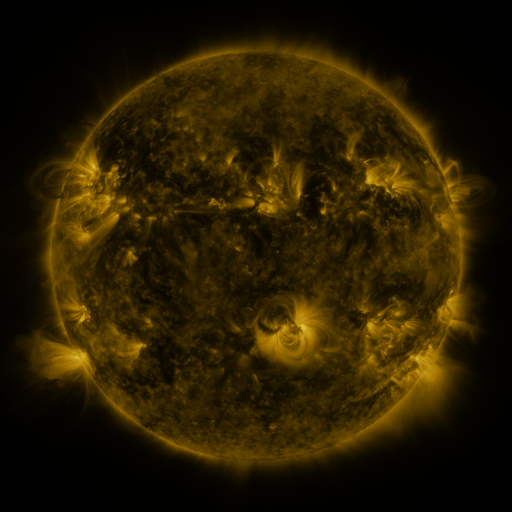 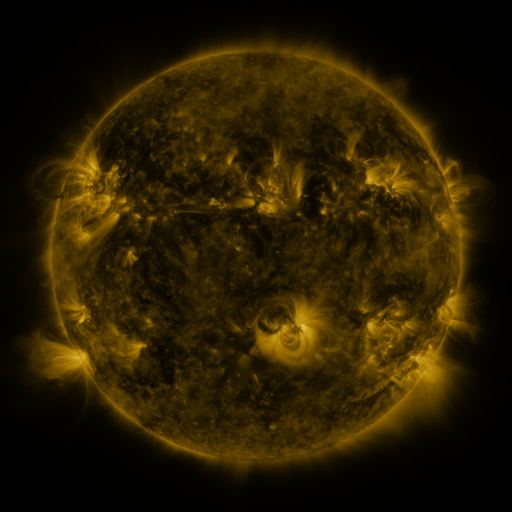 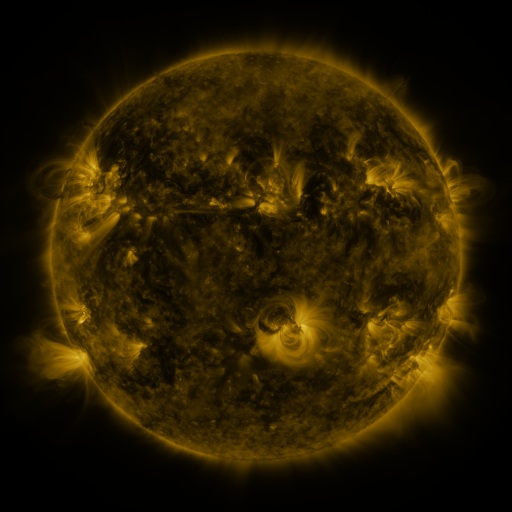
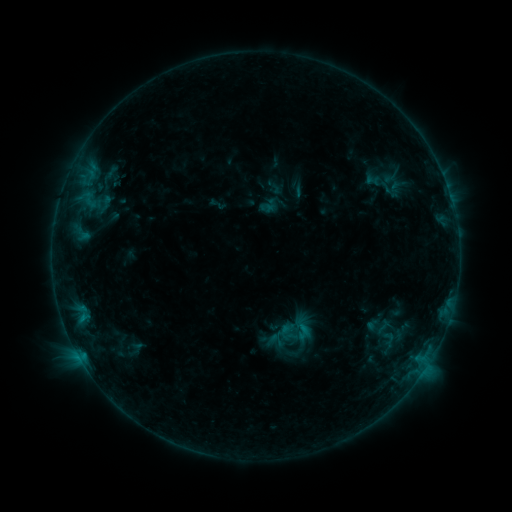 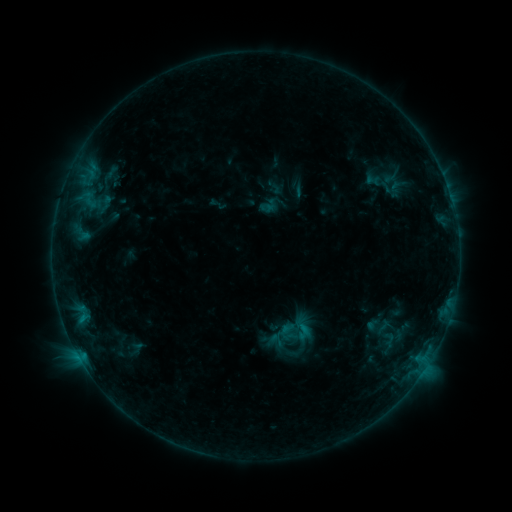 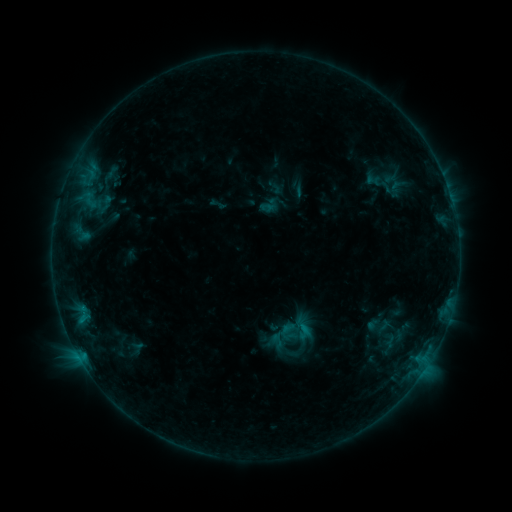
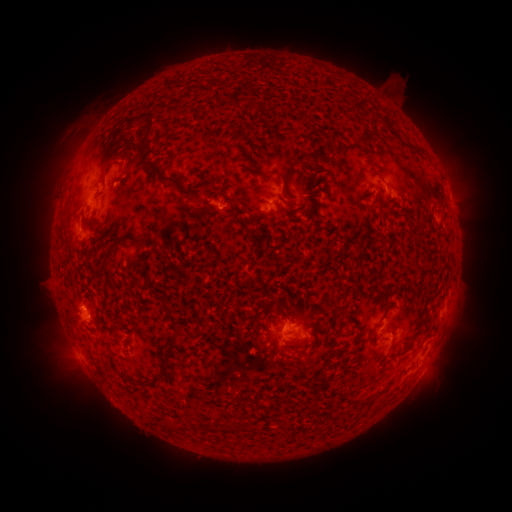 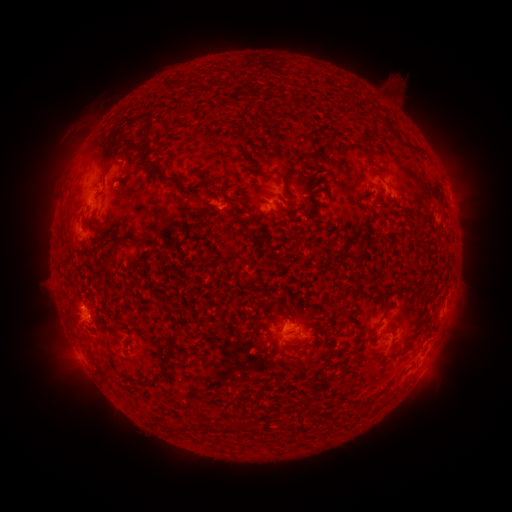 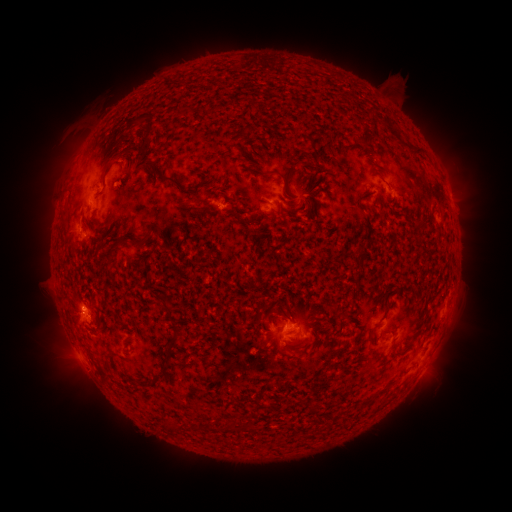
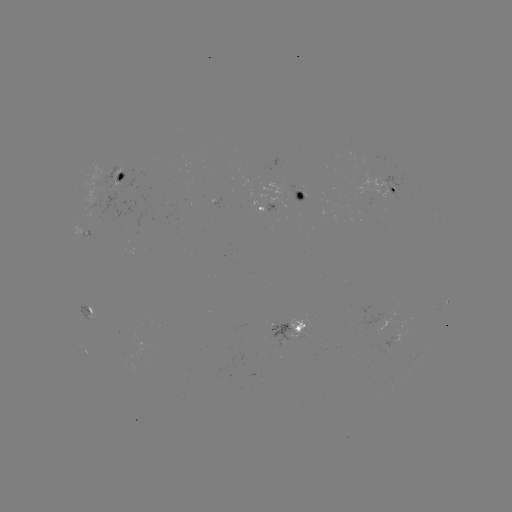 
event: eruption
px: (67, 179)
